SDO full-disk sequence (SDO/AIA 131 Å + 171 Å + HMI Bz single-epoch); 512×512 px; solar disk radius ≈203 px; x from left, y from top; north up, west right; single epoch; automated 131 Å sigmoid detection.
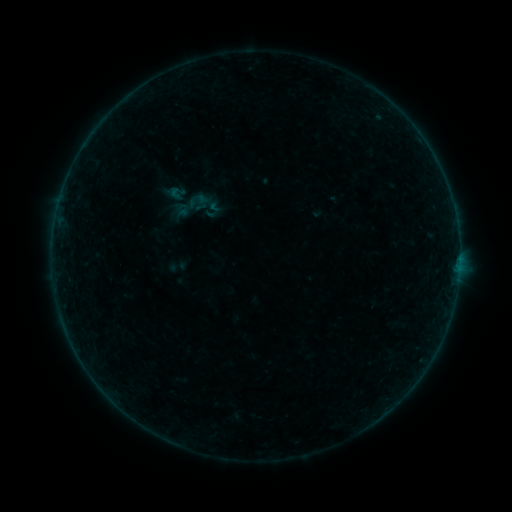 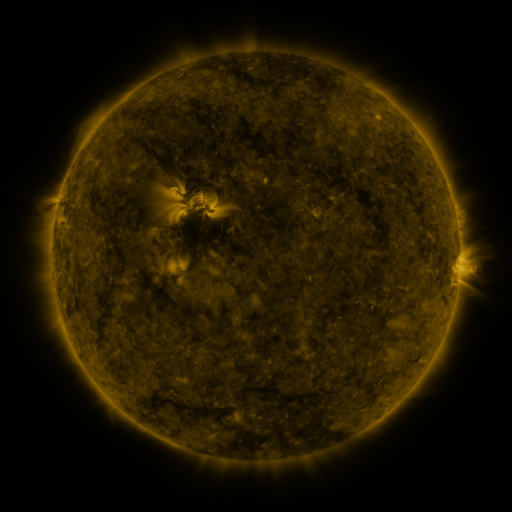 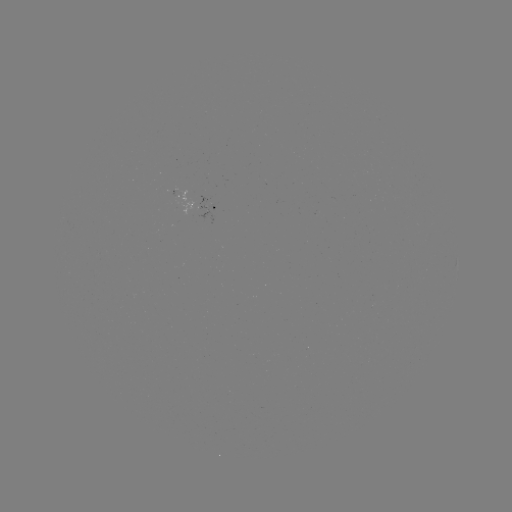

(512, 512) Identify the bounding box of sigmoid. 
[168, 178, 227, 237].